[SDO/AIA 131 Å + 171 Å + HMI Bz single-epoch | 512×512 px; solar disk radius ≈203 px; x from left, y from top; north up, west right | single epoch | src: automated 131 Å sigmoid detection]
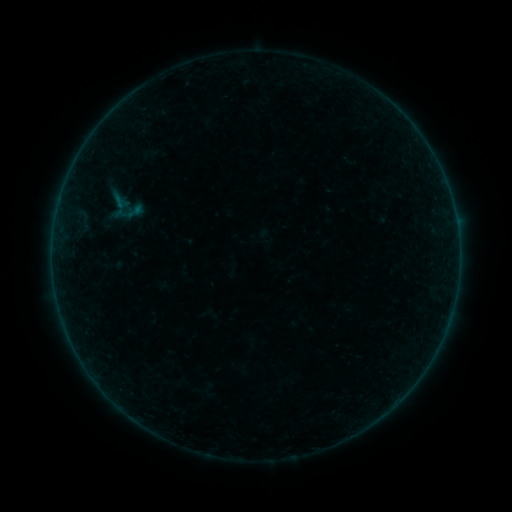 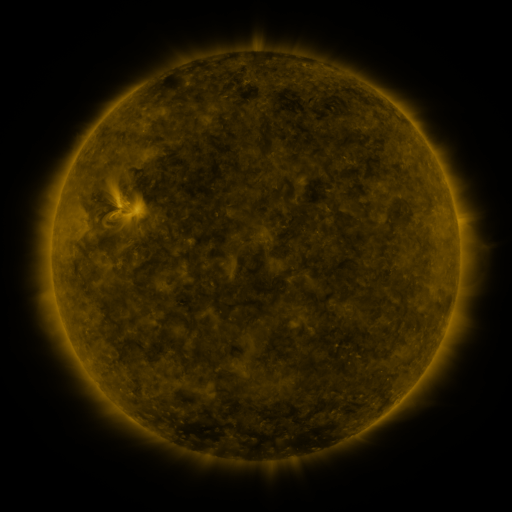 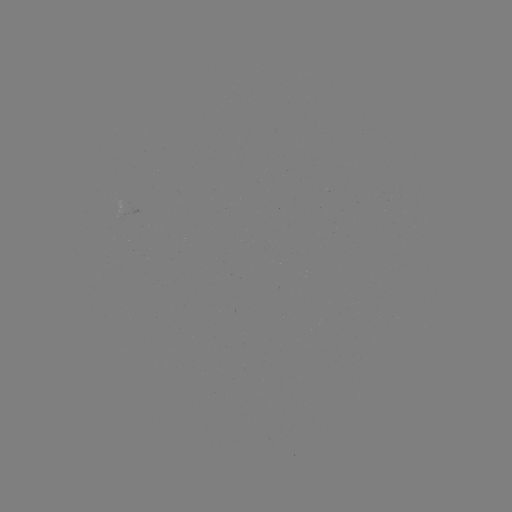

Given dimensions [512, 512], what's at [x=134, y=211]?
sigmoid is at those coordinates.